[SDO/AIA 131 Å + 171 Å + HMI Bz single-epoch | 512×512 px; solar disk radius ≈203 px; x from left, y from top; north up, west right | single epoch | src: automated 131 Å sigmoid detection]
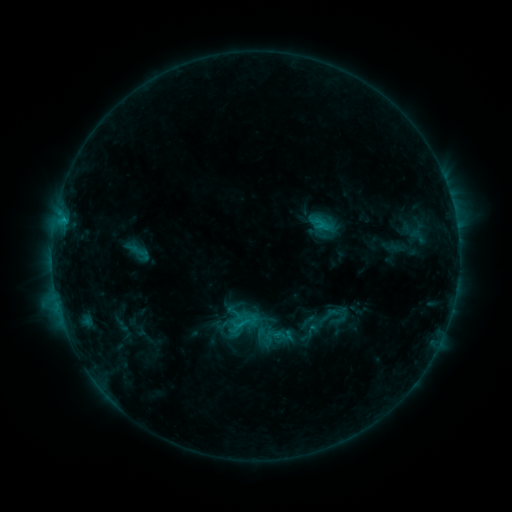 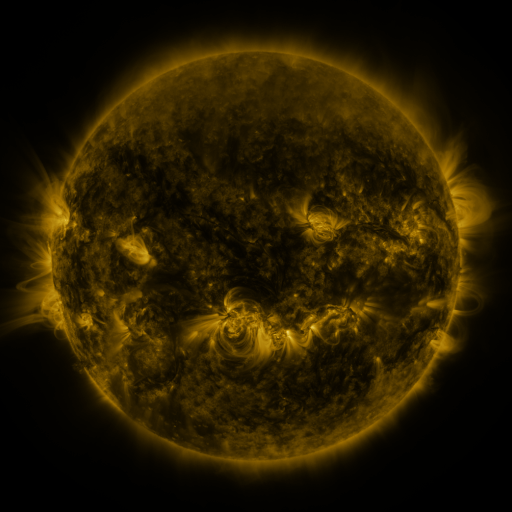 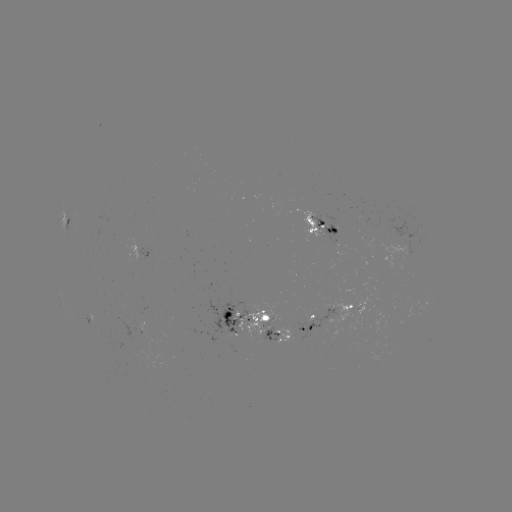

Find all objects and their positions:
sigmoid: (307, 322)
